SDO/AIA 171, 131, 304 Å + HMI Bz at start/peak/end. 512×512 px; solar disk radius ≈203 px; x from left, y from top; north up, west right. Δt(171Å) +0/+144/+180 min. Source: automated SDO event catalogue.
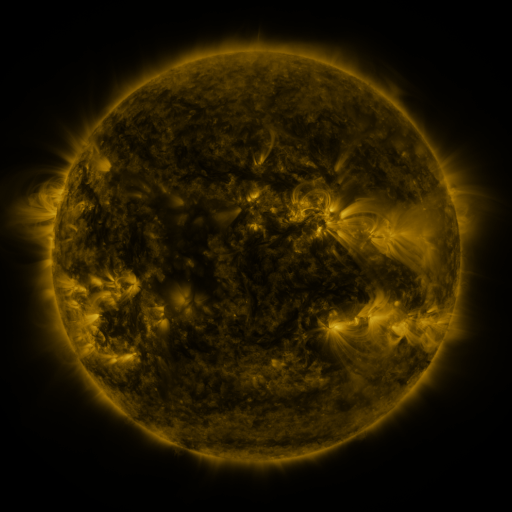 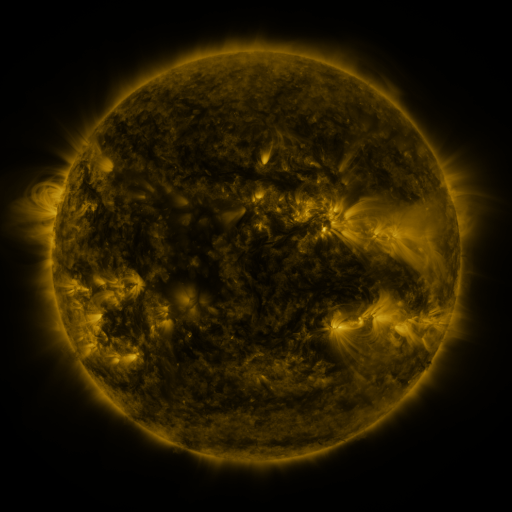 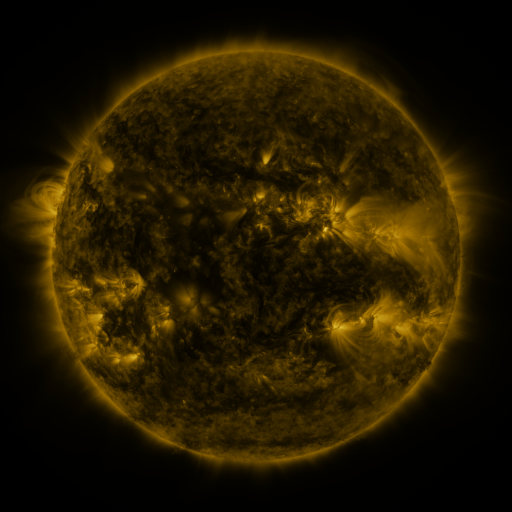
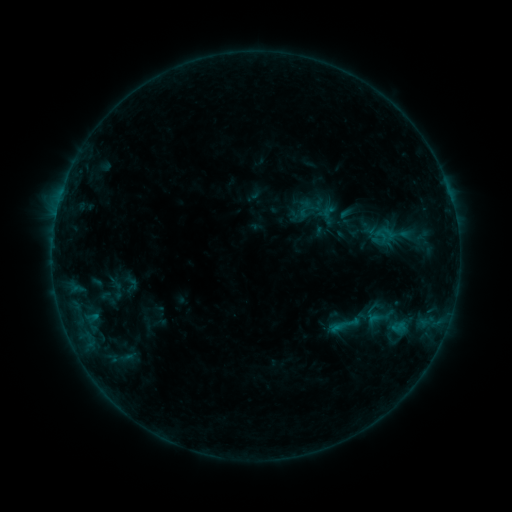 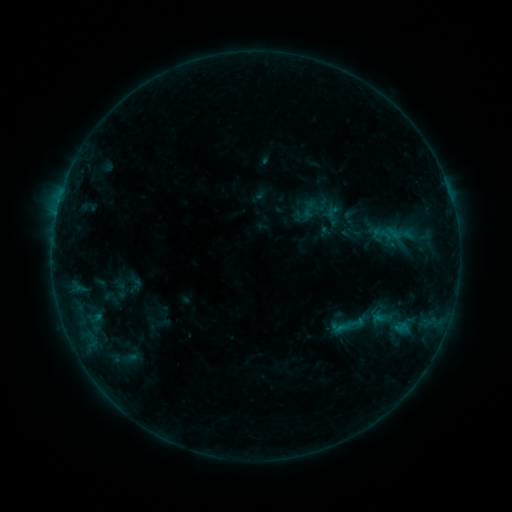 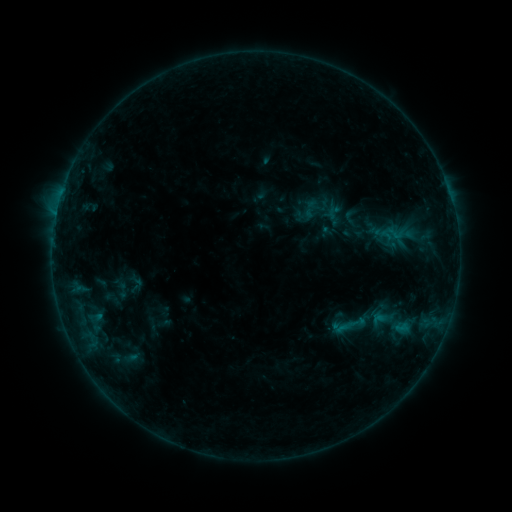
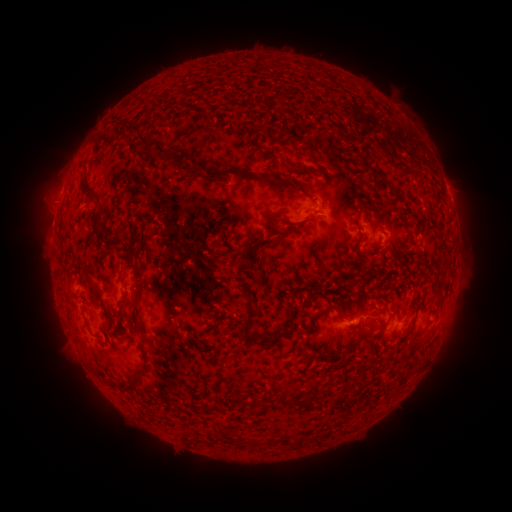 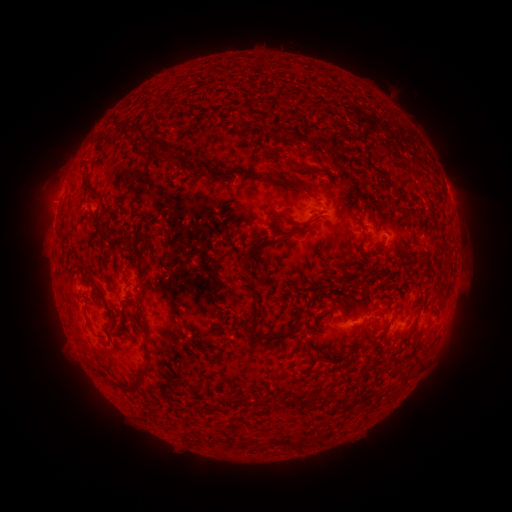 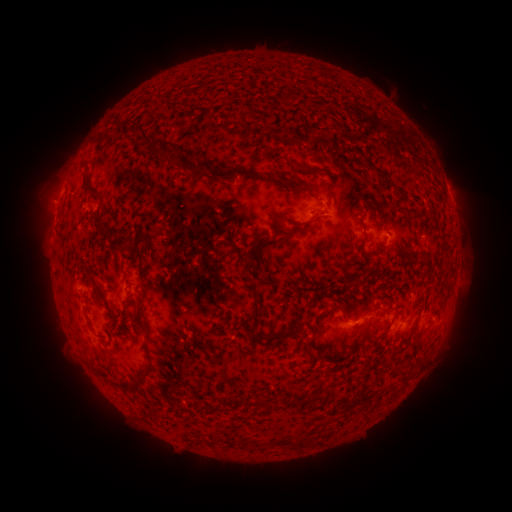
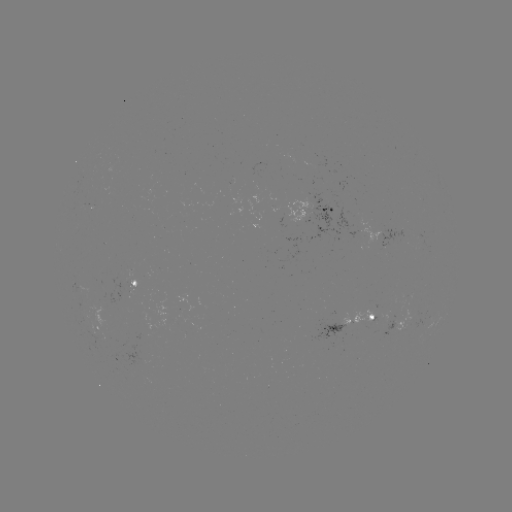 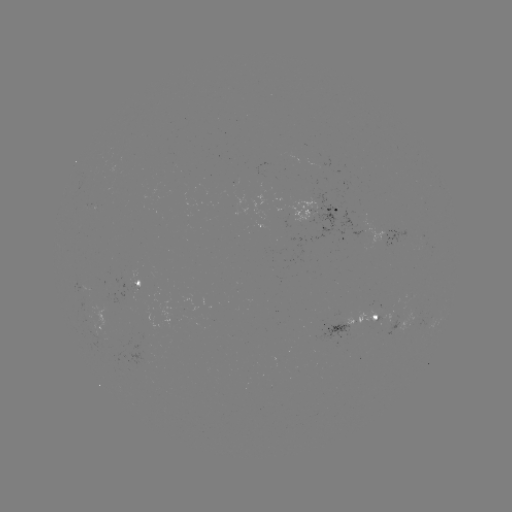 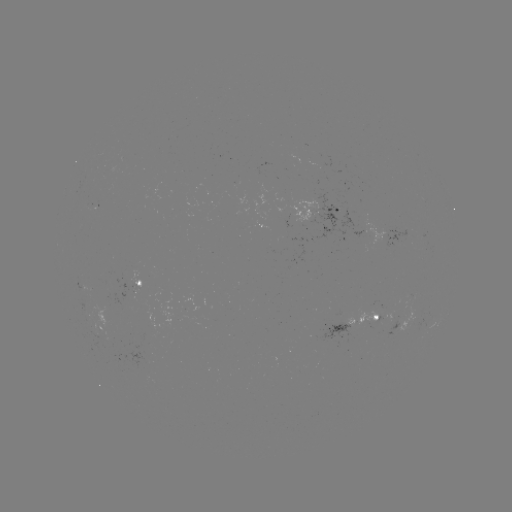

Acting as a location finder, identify emerging-flux region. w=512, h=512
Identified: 295,212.